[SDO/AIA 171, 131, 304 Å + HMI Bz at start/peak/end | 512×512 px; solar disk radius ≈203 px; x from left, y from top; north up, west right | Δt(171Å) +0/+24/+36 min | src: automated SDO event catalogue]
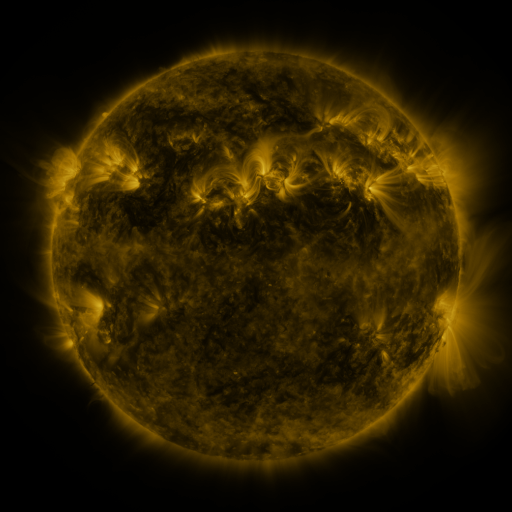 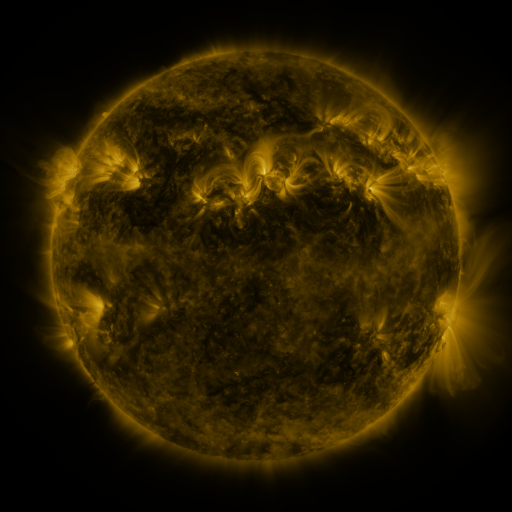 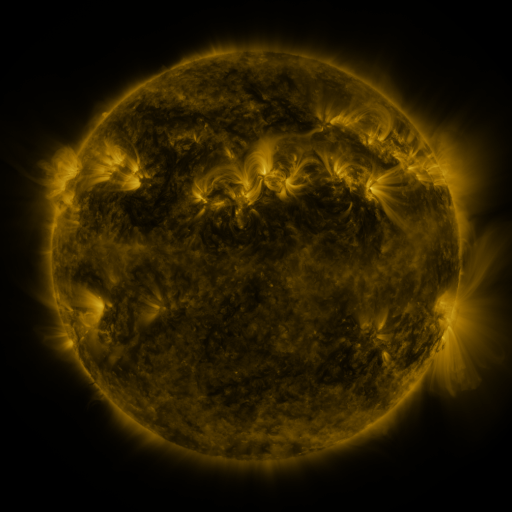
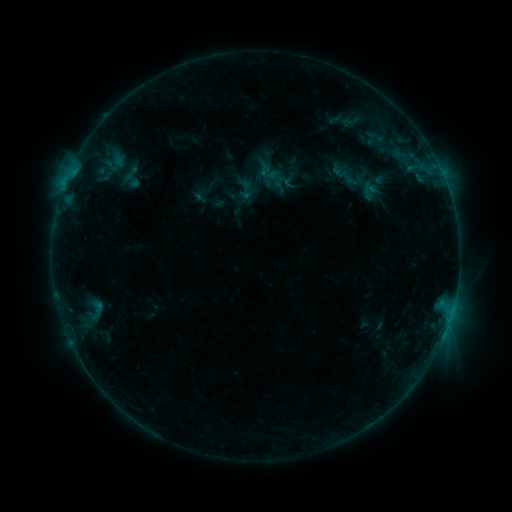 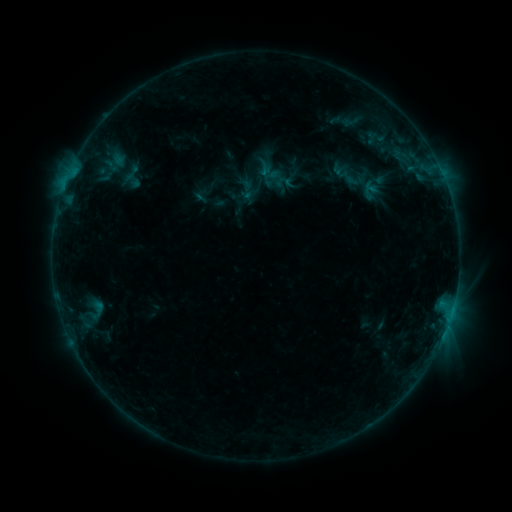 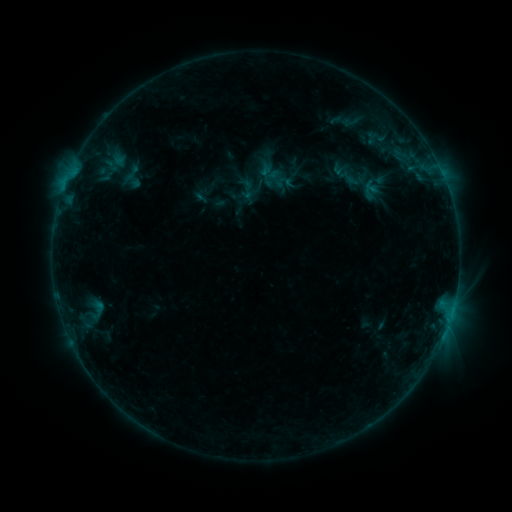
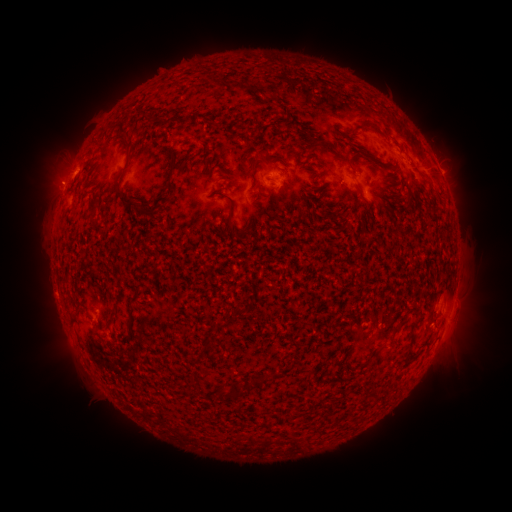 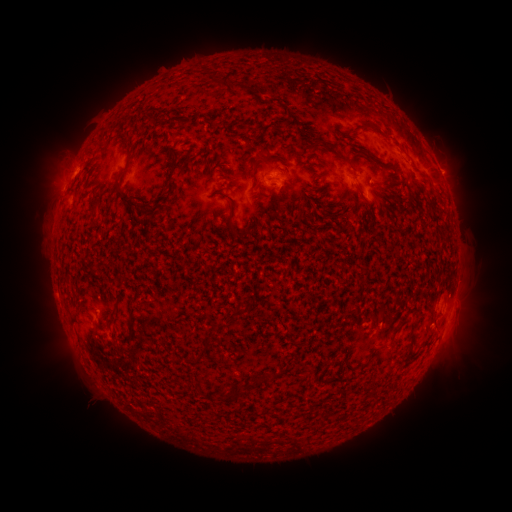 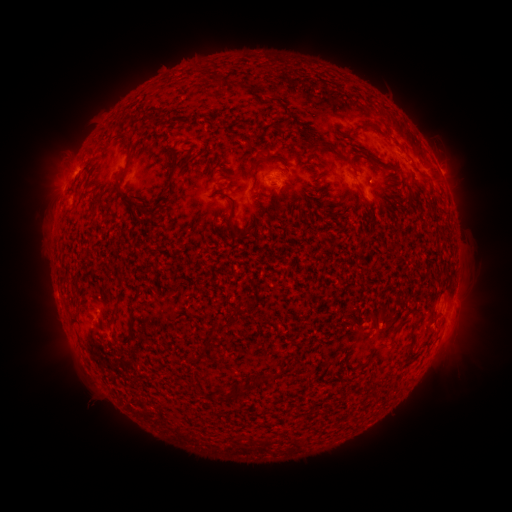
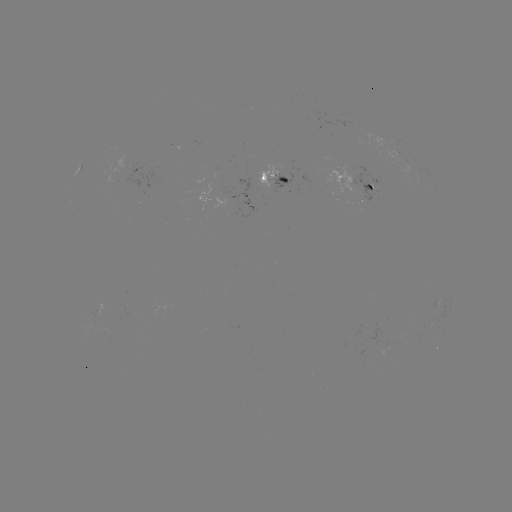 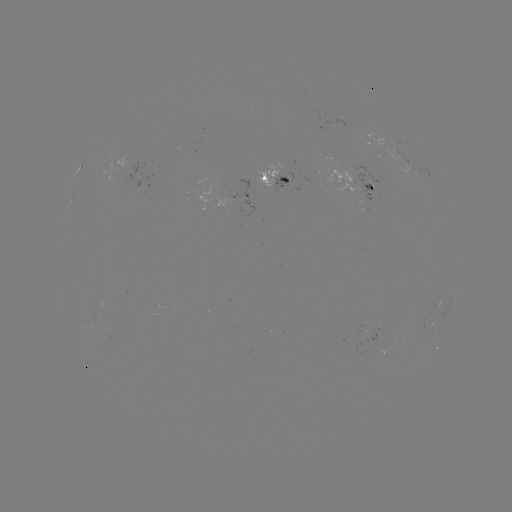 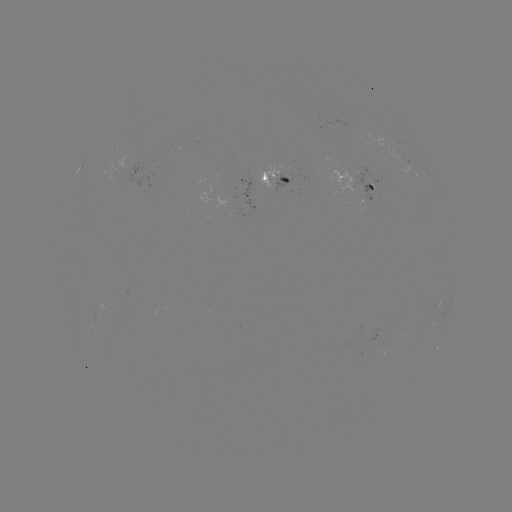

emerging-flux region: (271, 174, 289, 189)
